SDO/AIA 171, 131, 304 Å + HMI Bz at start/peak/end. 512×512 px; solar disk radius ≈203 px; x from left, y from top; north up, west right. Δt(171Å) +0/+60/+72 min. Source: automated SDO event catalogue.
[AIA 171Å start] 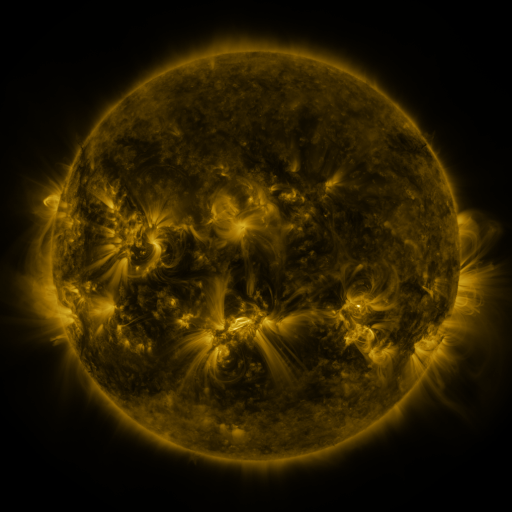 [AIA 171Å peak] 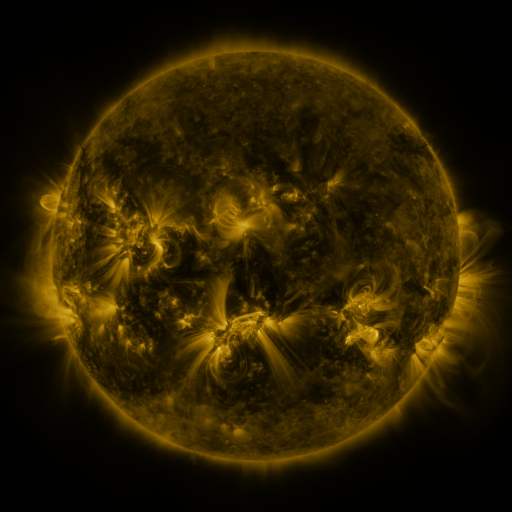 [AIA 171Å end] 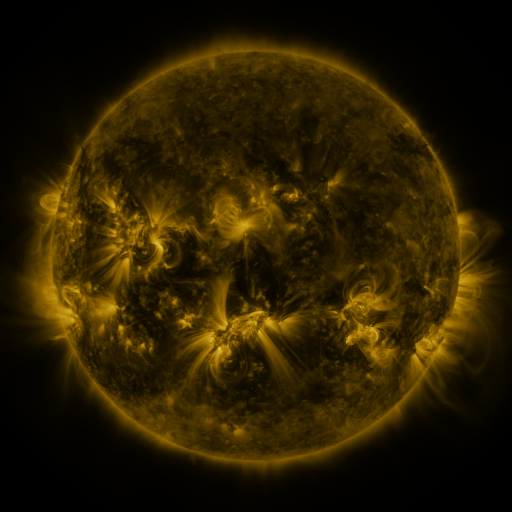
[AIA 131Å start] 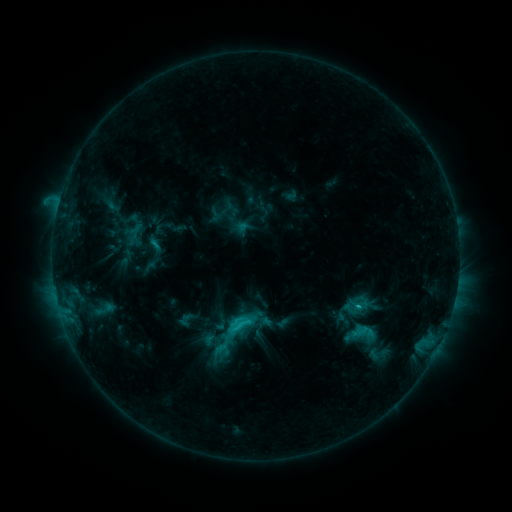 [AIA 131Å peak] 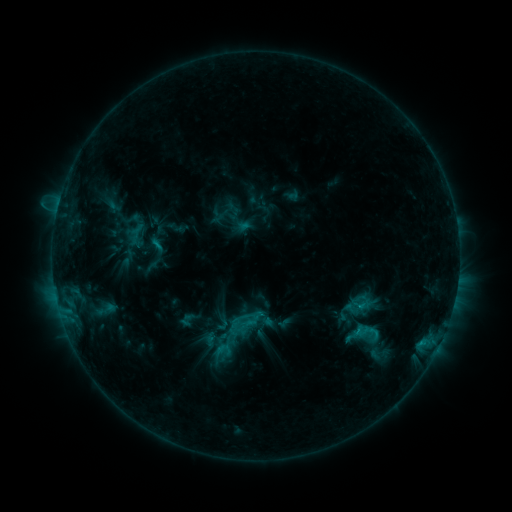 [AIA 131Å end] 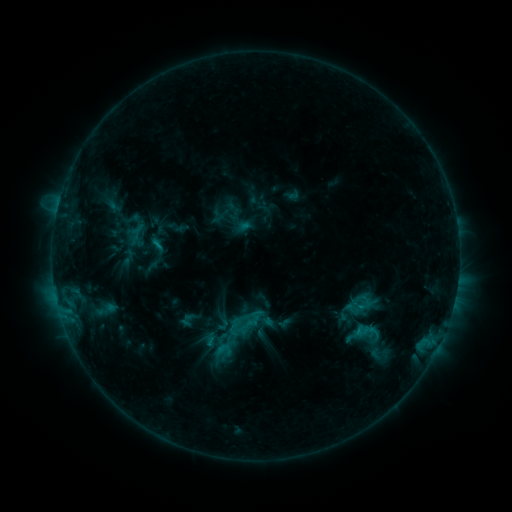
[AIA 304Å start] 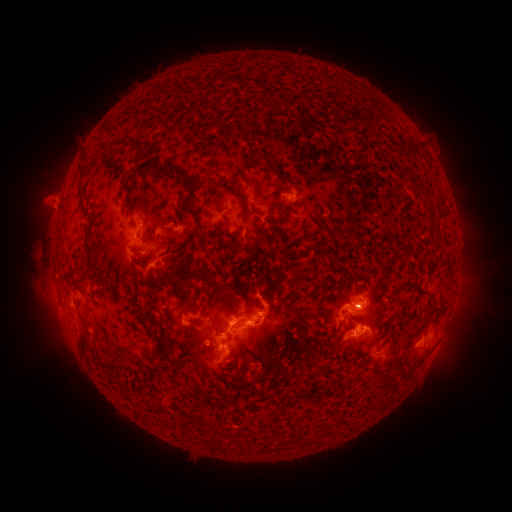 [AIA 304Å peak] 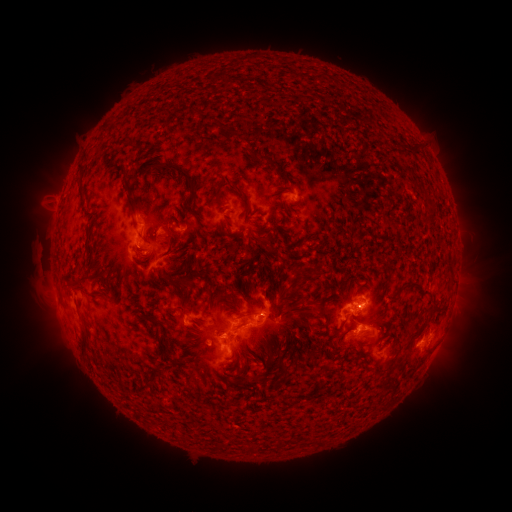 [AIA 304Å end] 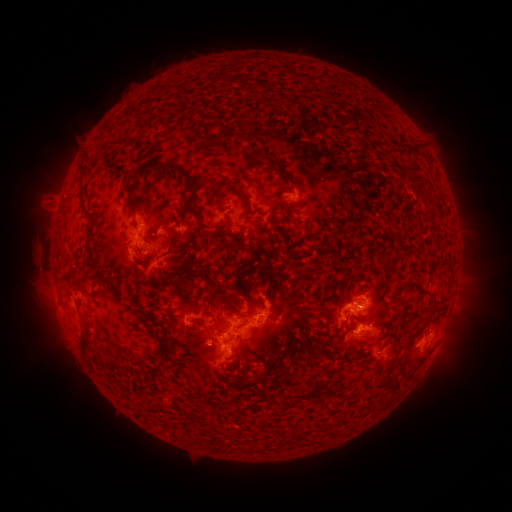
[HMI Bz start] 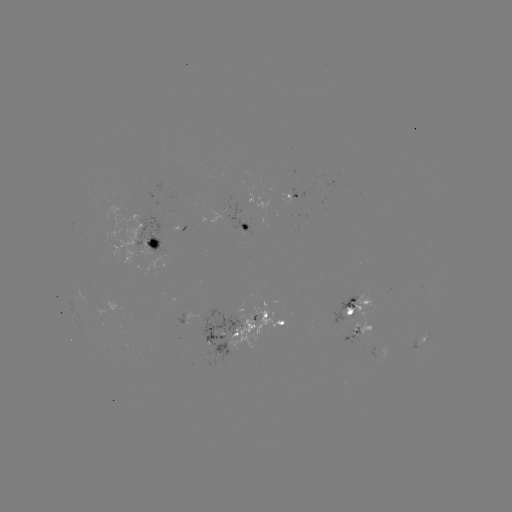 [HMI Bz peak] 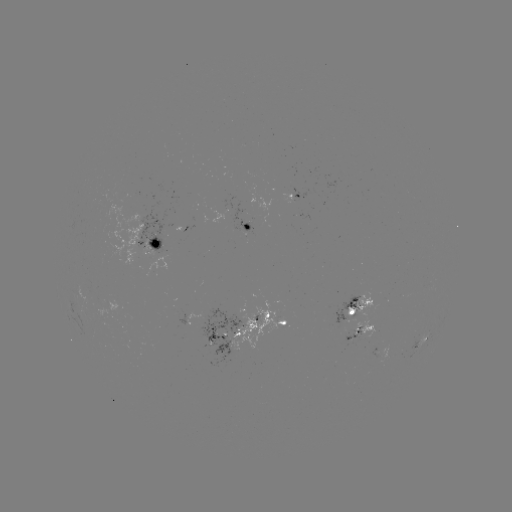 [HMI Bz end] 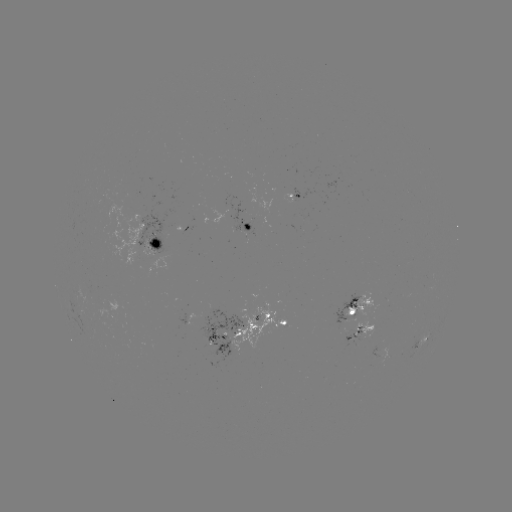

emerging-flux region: <bbox>282, 188, 299, 203</bbox>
